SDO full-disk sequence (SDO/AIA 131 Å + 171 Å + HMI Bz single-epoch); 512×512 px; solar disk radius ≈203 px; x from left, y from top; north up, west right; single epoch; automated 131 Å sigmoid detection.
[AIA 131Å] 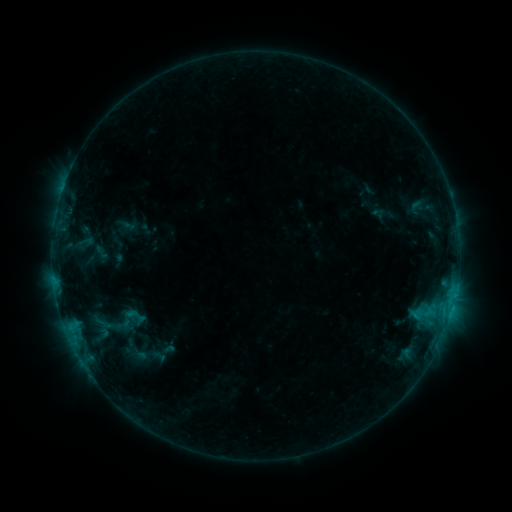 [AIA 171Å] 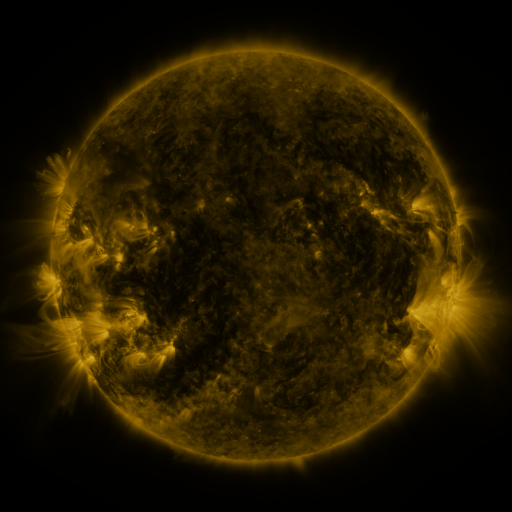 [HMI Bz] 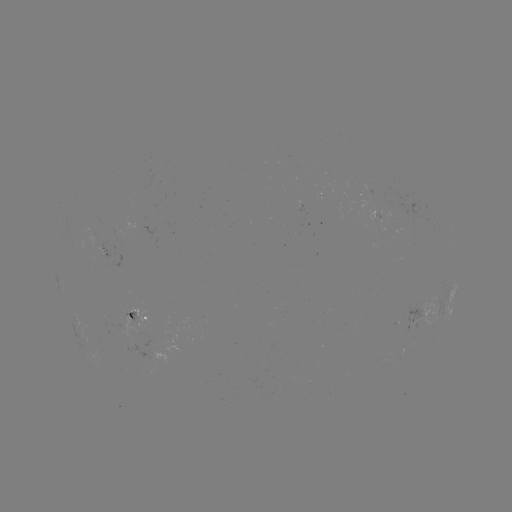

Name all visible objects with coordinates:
sigmoid: [92, 242, 110, 263]
sigmoid: [122, 303, 150, 327]
